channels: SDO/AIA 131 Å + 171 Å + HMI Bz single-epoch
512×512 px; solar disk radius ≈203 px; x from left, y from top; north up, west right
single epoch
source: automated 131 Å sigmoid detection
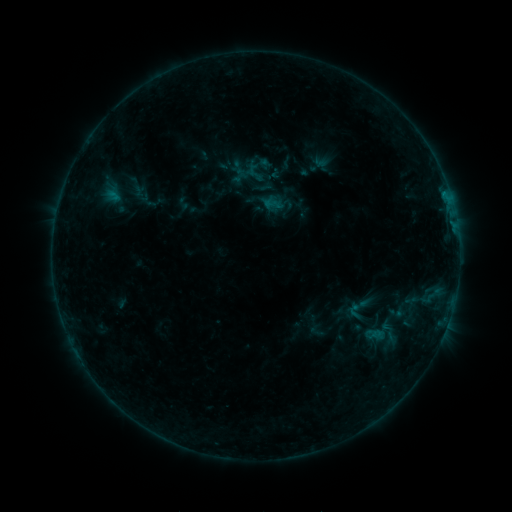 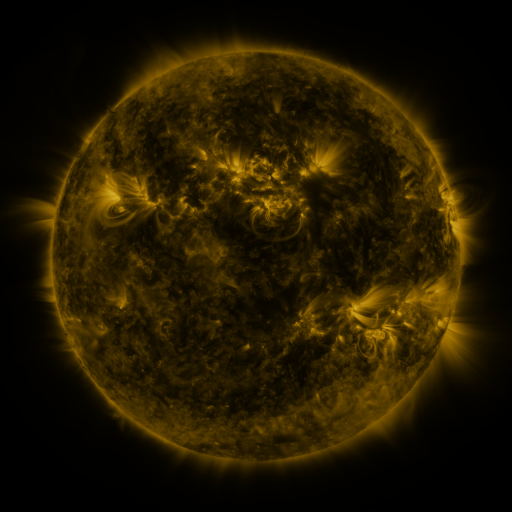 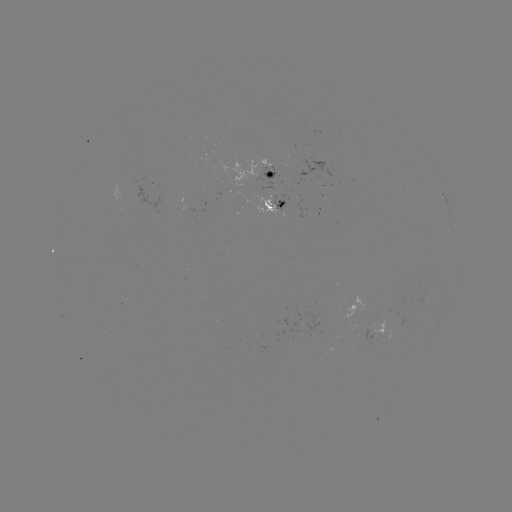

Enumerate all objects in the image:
sigmoid: [245, 163, 265, 182]
sigmoid: [342, 289, 376, 327]
